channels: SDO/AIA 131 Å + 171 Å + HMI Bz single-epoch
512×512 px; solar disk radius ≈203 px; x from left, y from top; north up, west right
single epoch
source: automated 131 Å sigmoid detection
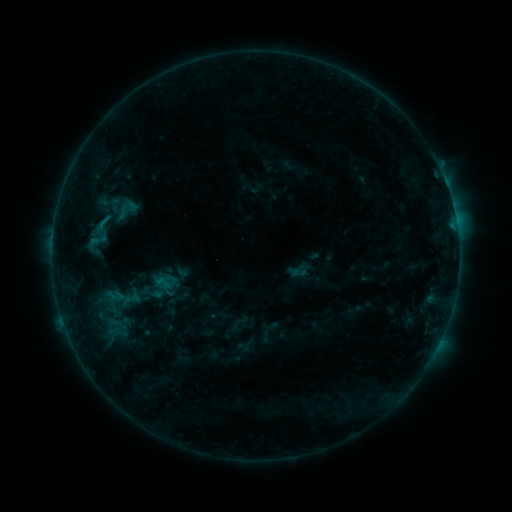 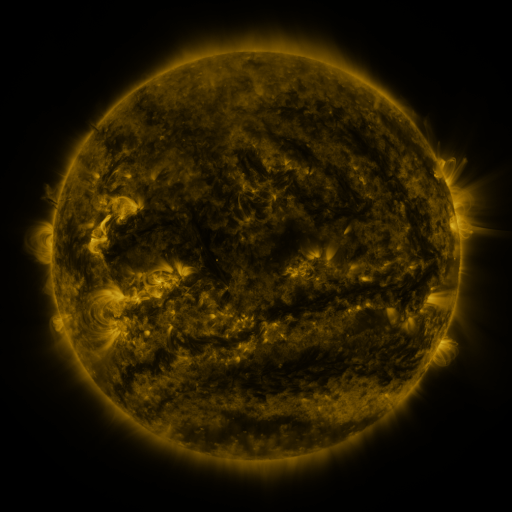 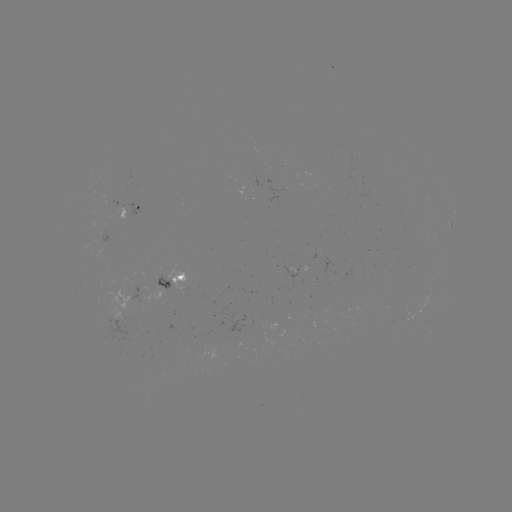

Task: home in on sigmoid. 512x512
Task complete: (103, 222).